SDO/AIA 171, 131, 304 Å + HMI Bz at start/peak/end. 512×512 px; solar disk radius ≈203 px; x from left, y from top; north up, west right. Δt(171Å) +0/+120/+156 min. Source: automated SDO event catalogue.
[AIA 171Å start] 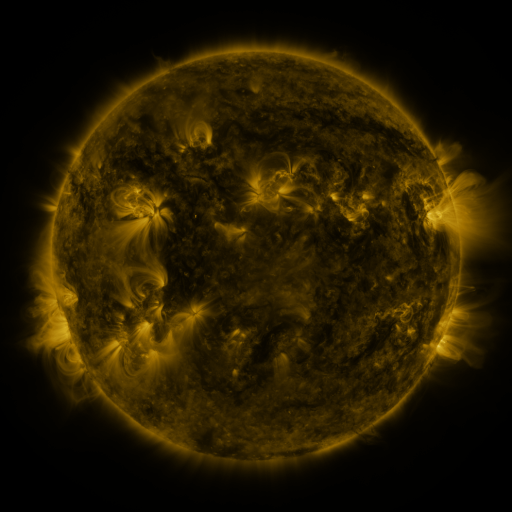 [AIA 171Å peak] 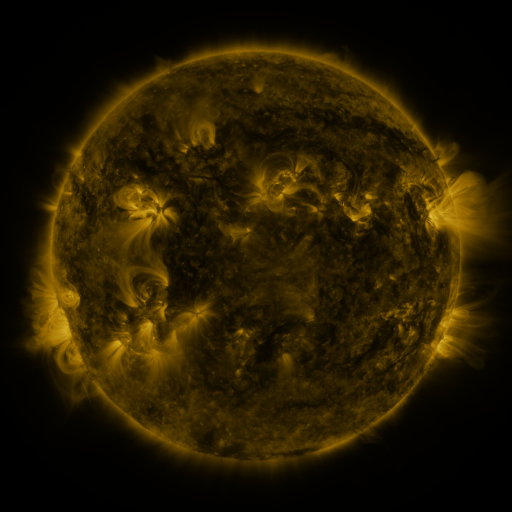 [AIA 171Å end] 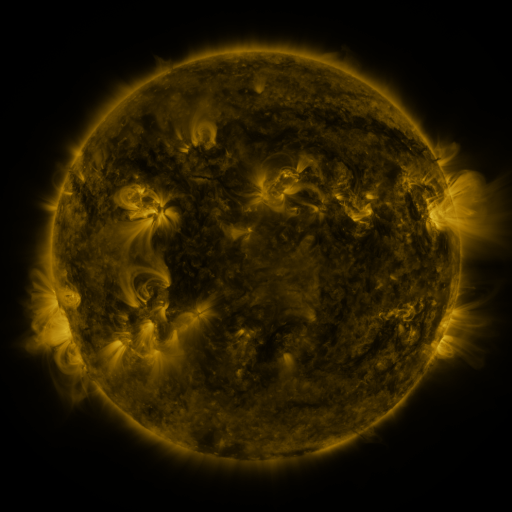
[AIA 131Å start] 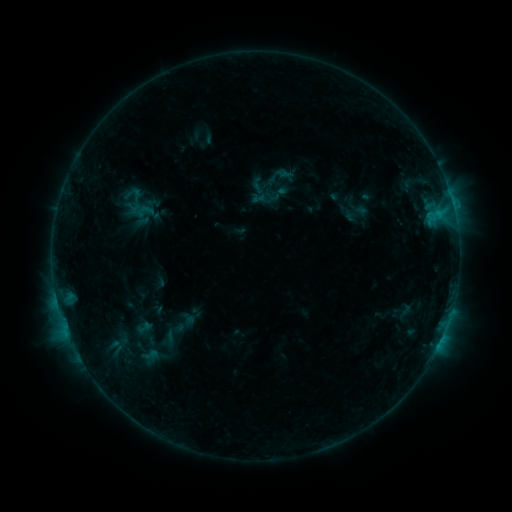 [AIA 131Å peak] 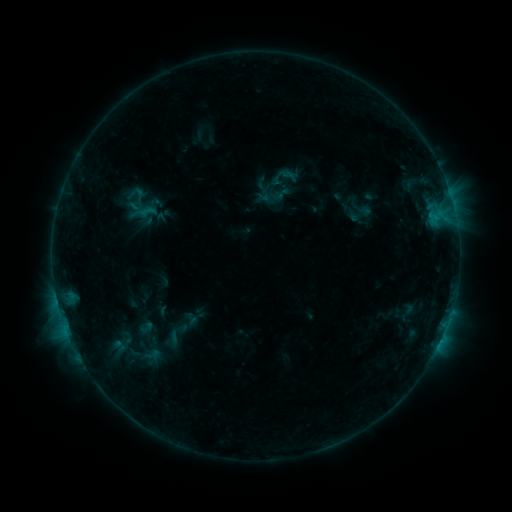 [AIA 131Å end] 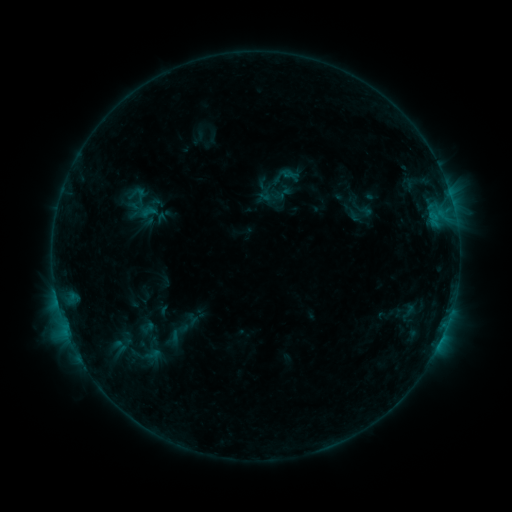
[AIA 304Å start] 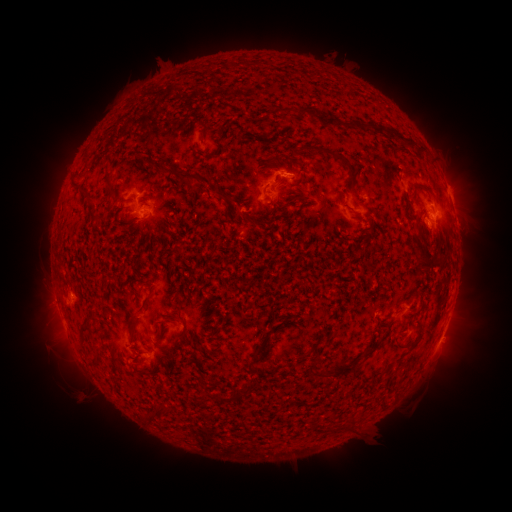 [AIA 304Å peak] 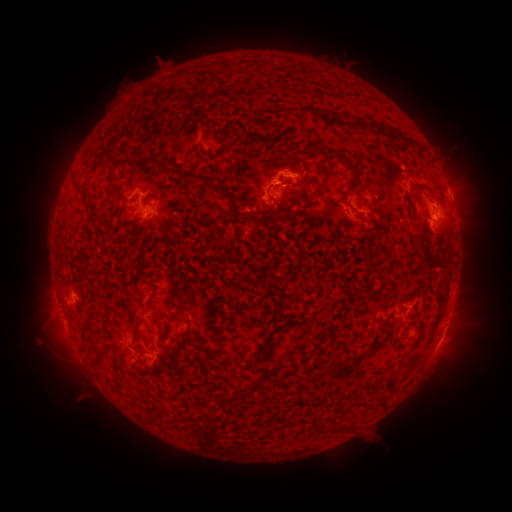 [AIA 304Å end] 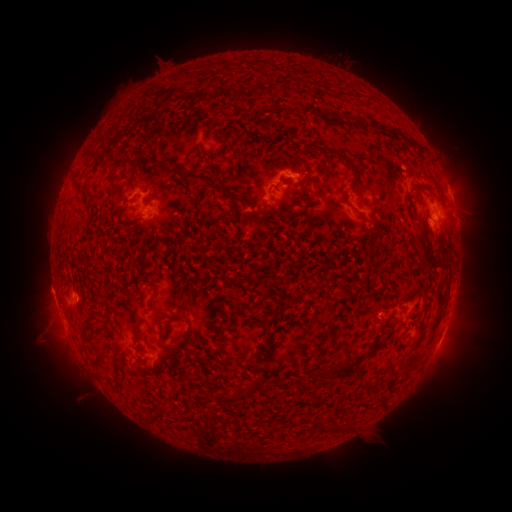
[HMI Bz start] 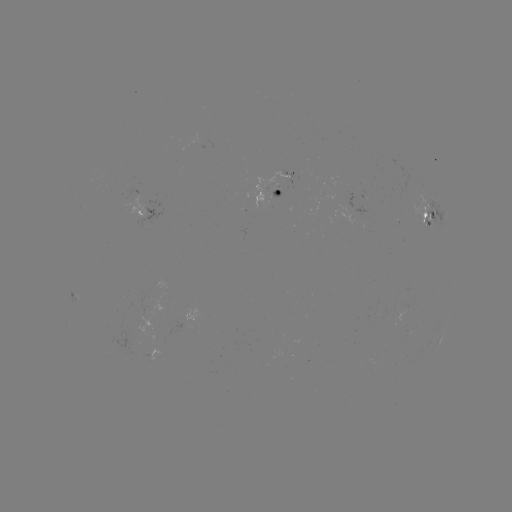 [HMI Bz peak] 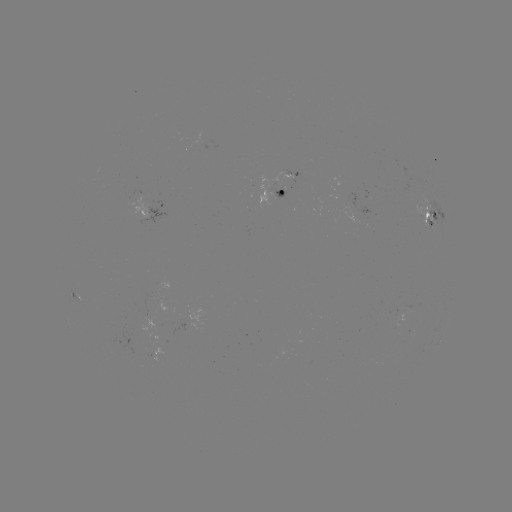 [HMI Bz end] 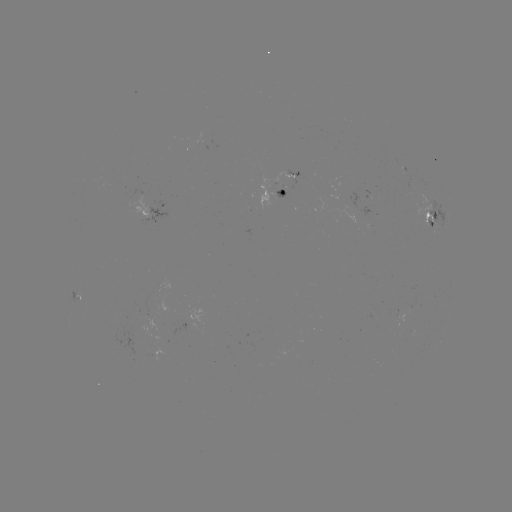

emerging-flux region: <bbox>274, 187, 287, 199</bbox>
